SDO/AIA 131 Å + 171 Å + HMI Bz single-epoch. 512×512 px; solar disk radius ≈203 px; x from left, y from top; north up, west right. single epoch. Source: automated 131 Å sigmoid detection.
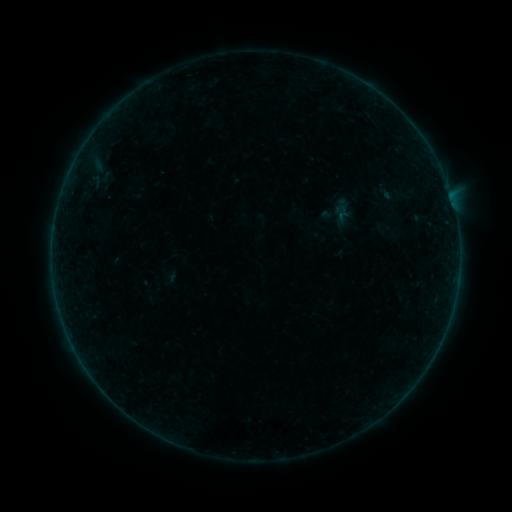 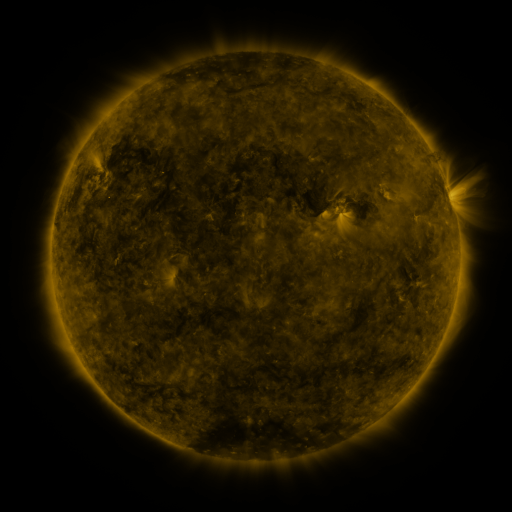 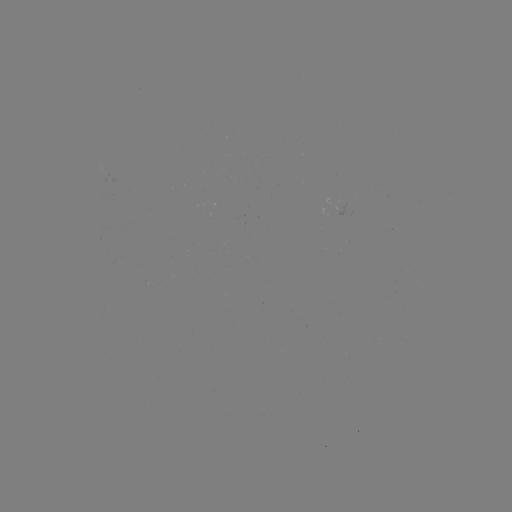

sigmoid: [332, 201, 352, 220]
